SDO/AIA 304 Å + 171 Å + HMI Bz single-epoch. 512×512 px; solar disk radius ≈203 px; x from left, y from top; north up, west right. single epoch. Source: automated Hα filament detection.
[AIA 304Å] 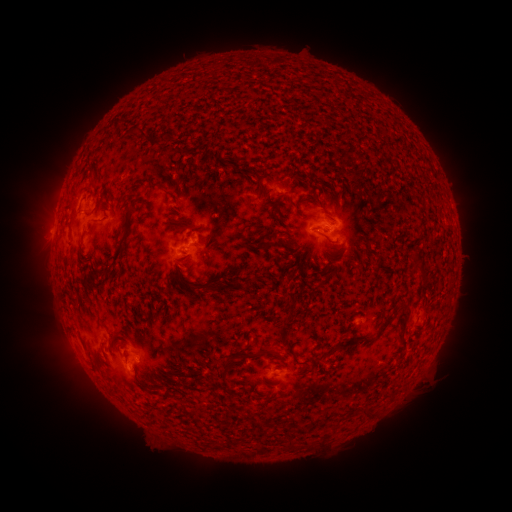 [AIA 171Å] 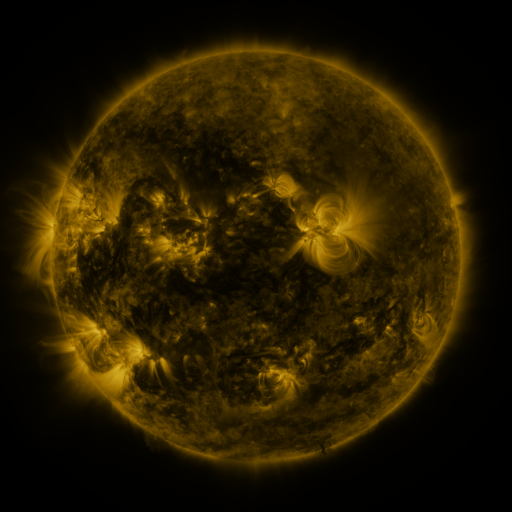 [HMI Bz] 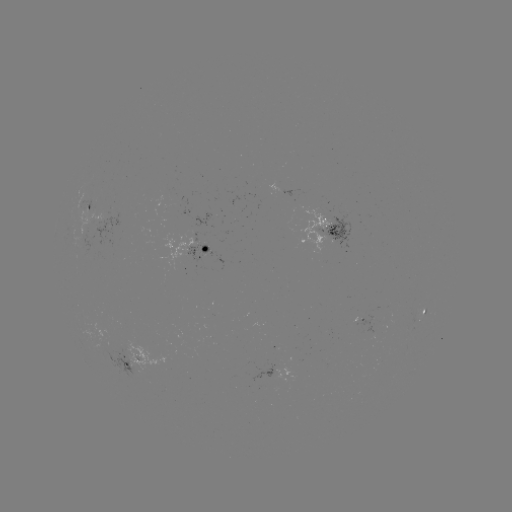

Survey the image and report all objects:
filament: (159, 132, 167, 141)
filament: (185, 144, 202, 156)
filament: (323, 234, 337, 245)
filament: (175, 254, 189, 263)
filament: (103, 263, 112, 276)
filament: (207, 284, 219, 293)
filament: (283, 290, 296, 303)
filament: (333, 302, 408, 353)
filament: (277, 329, 290, 350)
filament: (265, 349, 276, 357)
filament: (224, 356, 235, 369)
filament: (360, 409, 373, 419)
